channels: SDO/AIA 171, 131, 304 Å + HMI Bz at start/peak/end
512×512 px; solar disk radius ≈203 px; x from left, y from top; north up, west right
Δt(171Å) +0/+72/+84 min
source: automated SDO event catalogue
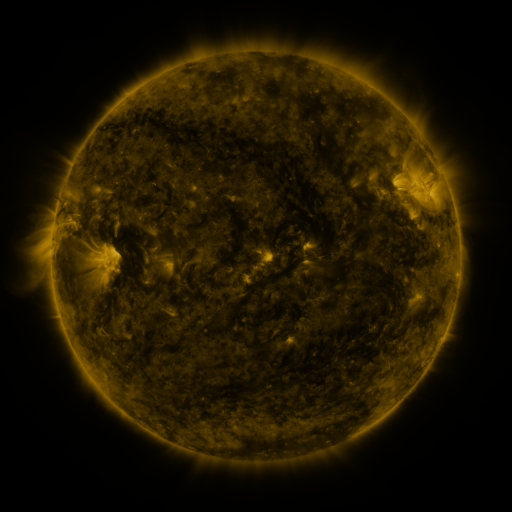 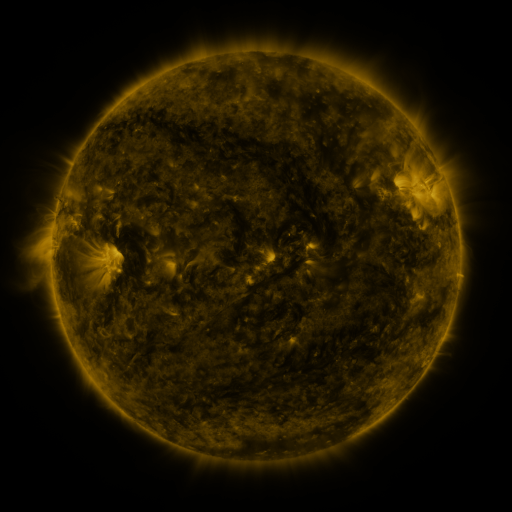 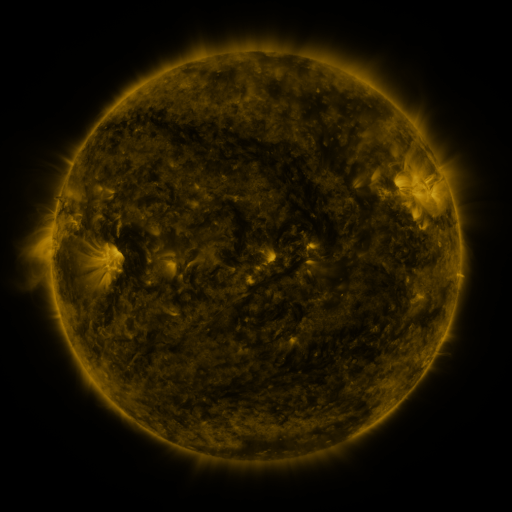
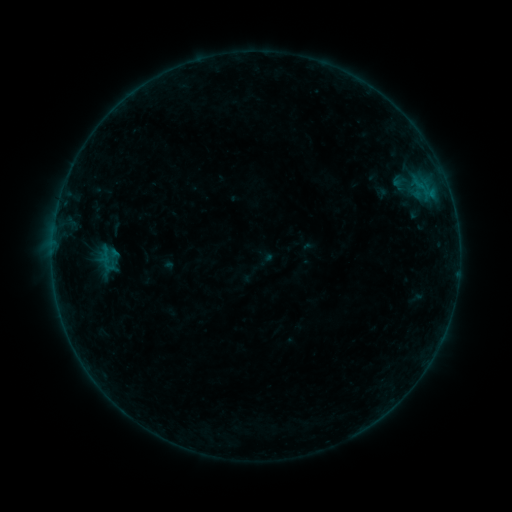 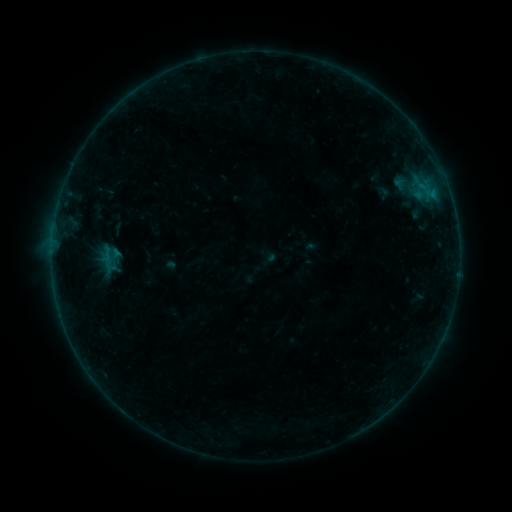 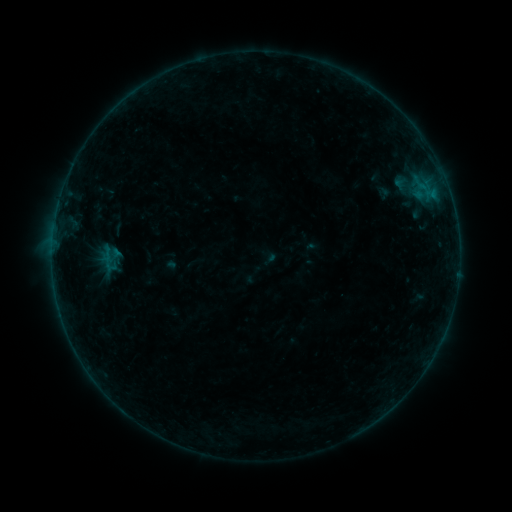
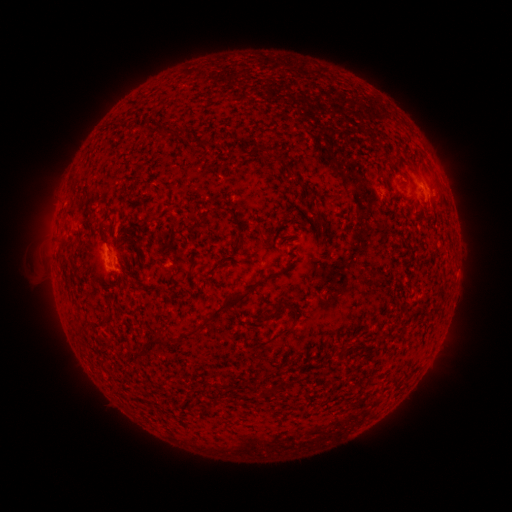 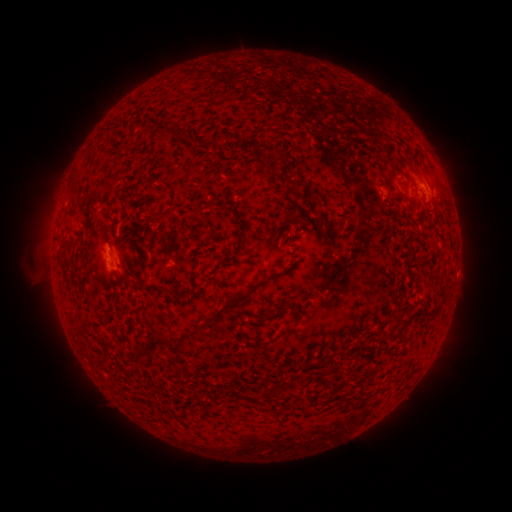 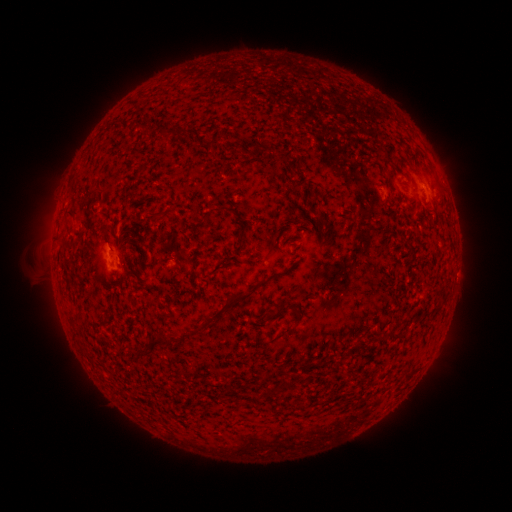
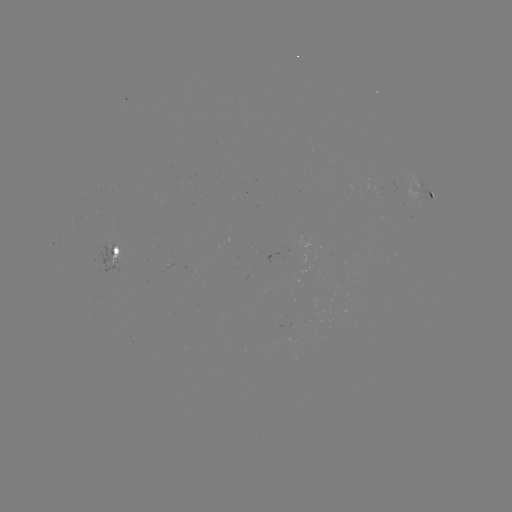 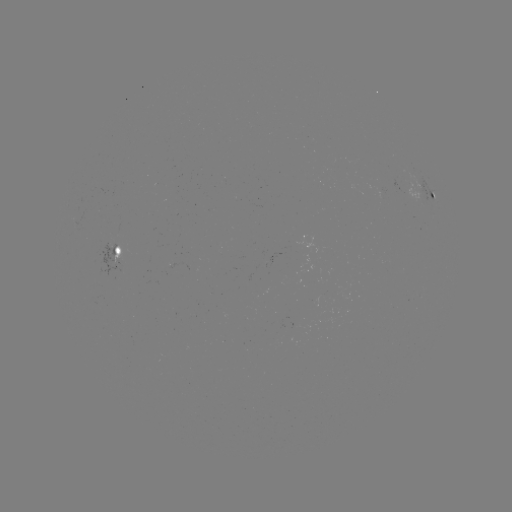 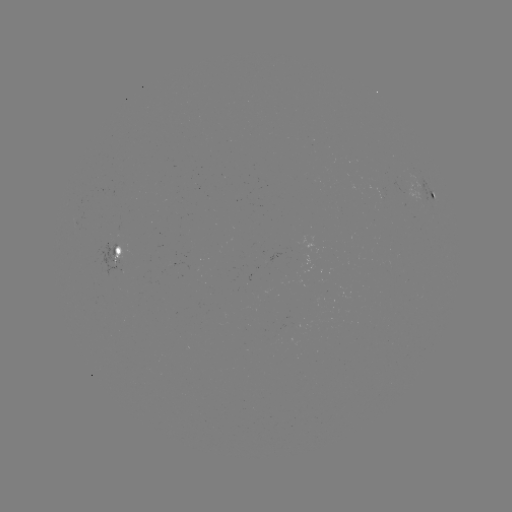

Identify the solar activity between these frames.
emerging-flux region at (299, 245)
